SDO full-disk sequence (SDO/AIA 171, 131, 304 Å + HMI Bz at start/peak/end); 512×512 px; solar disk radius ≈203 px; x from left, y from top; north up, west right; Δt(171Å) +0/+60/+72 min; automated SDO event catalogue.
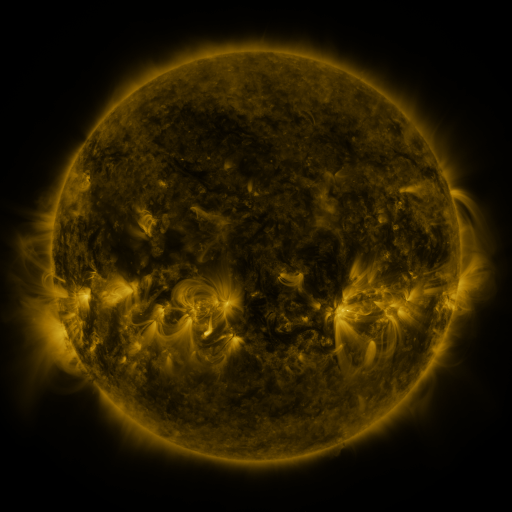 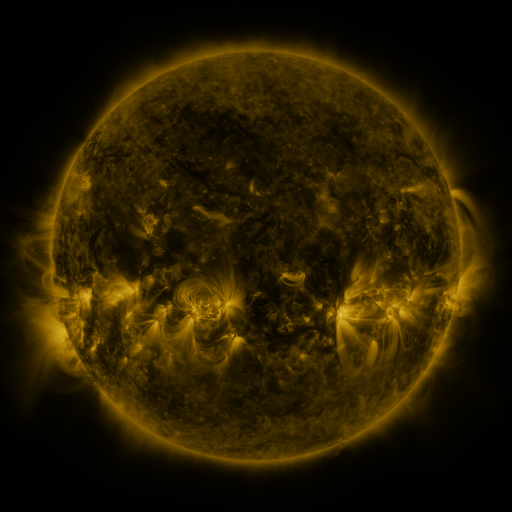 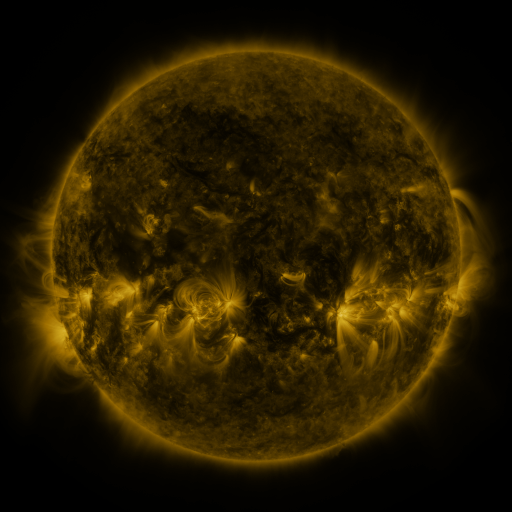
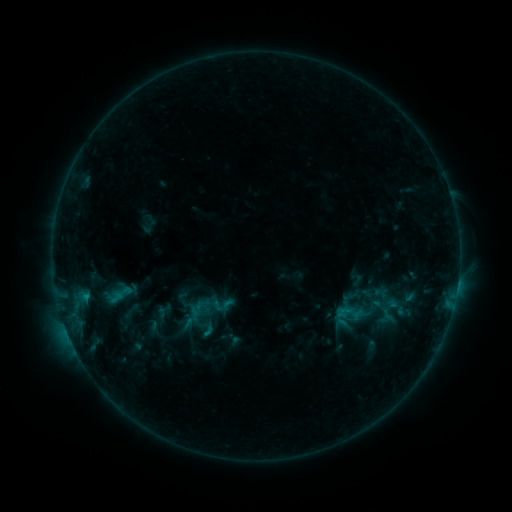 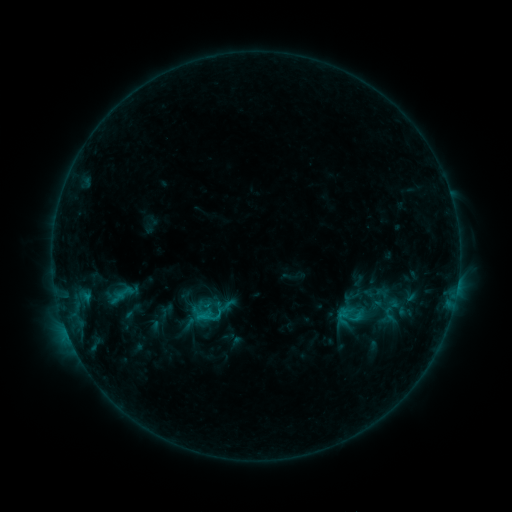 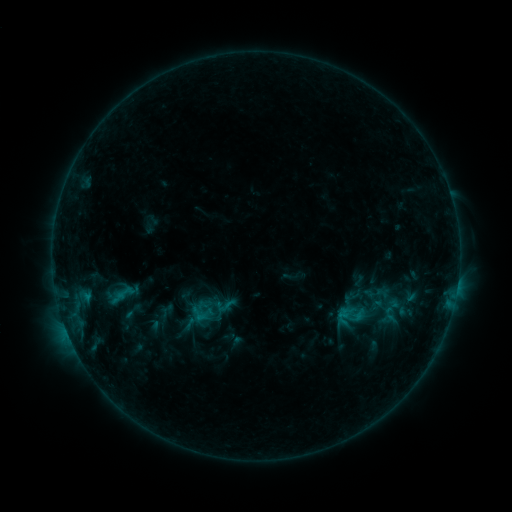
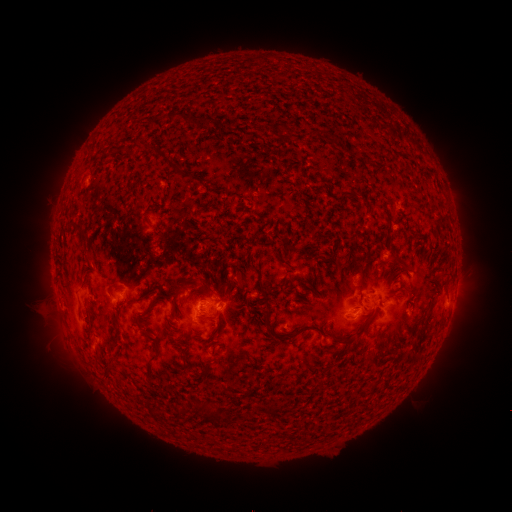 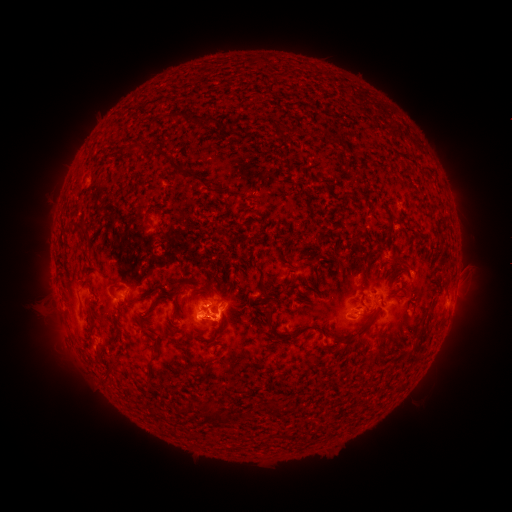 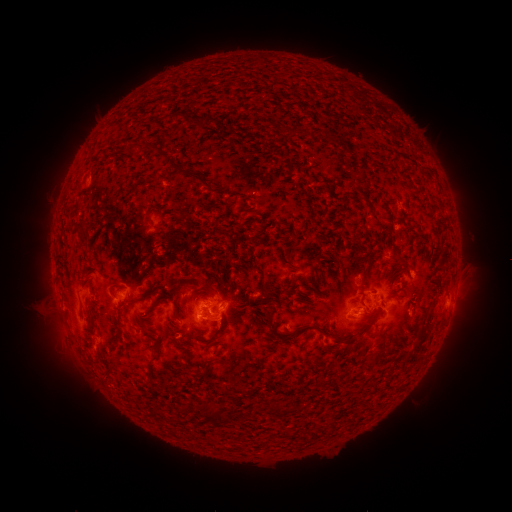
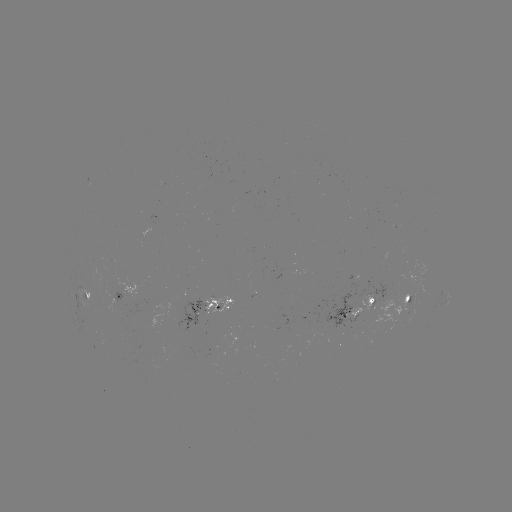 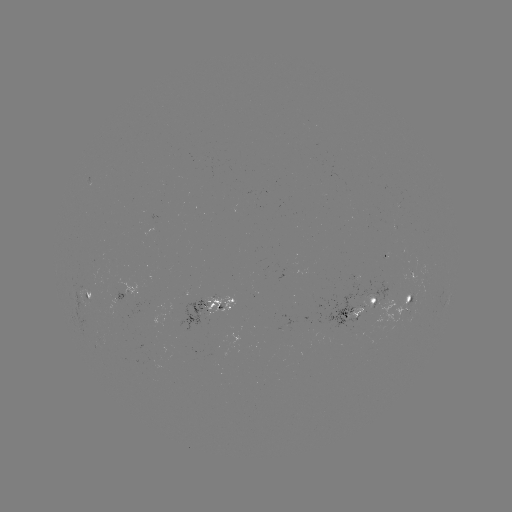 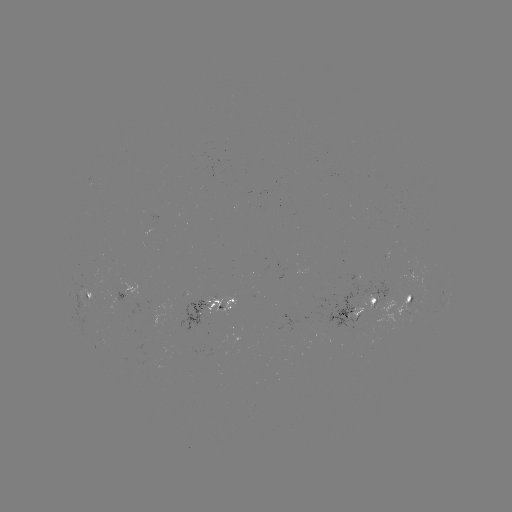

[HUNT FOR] emerging-flux region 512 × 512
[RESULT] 185,317